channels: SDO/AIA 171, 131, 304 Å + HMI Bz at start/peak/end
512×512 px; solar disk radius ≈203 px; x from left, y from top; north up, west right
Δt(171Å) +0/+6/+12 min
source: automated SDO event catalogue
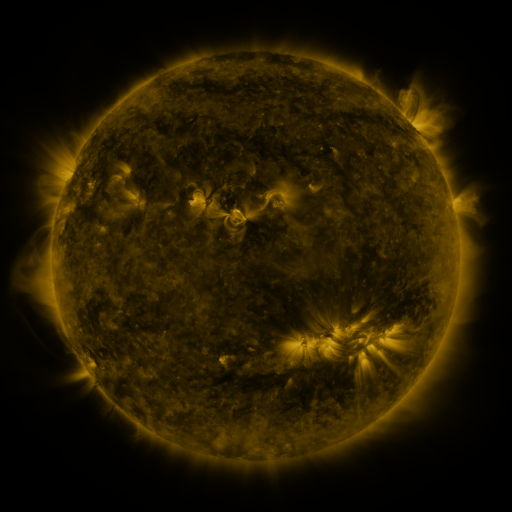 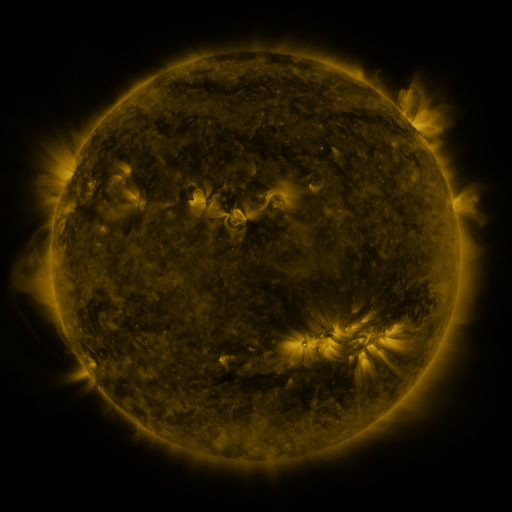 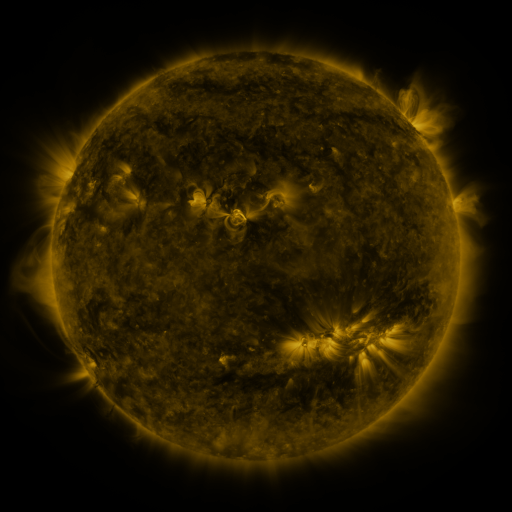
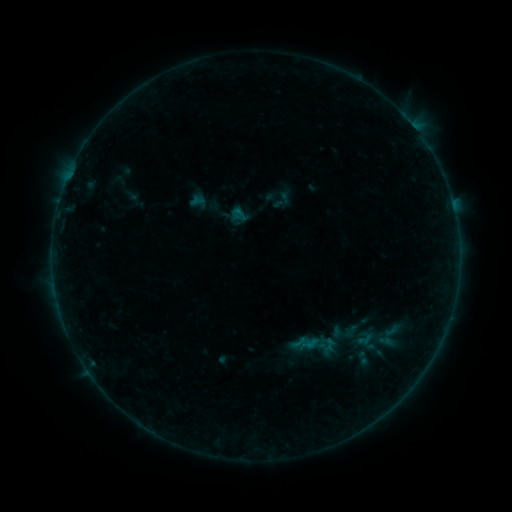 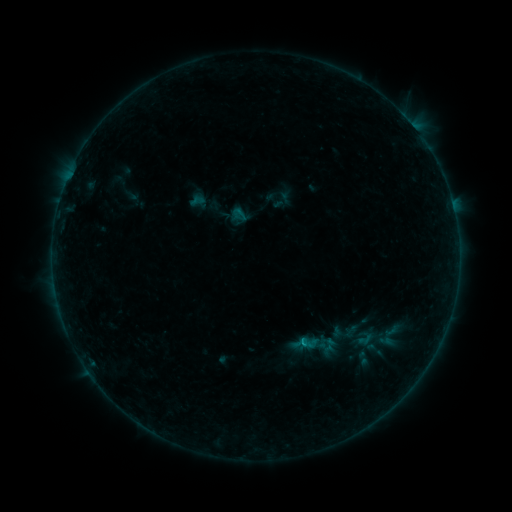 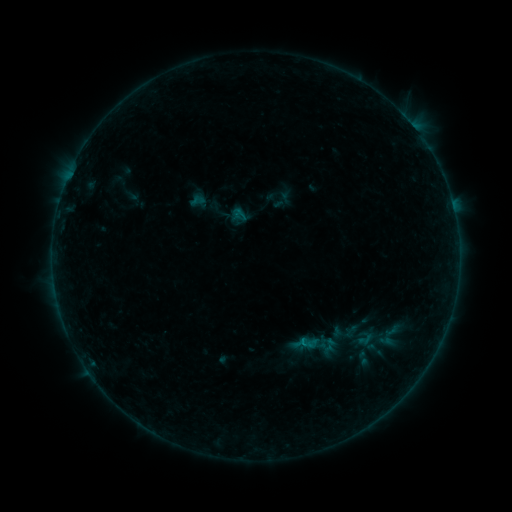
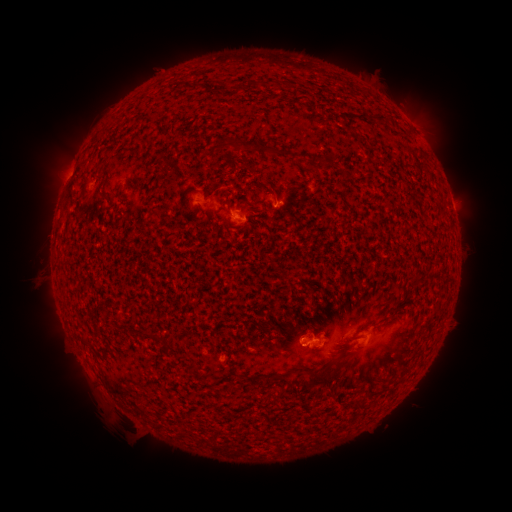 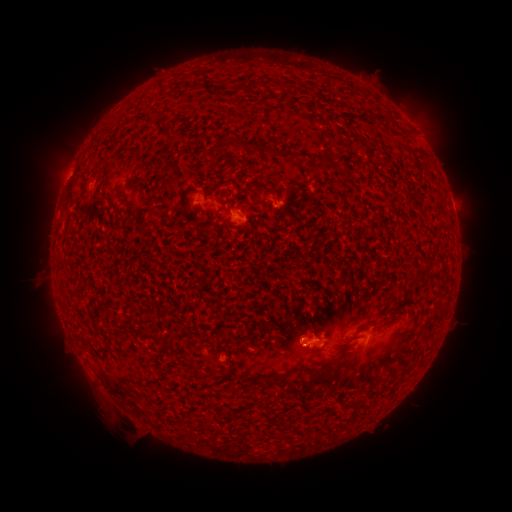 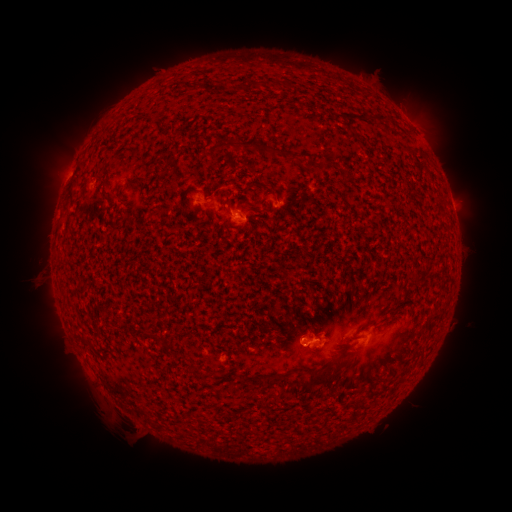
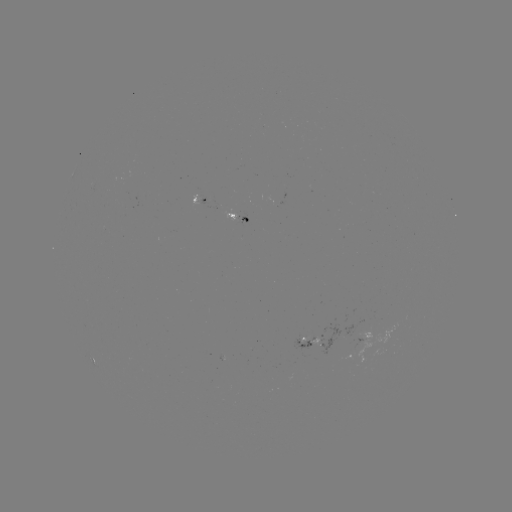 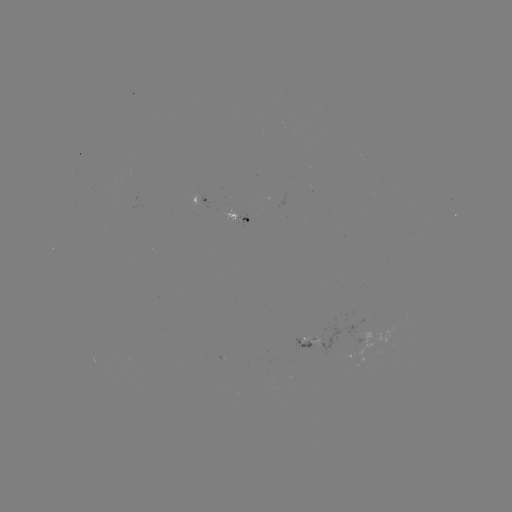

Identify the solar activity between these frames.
B4.3 flare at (304, 345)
